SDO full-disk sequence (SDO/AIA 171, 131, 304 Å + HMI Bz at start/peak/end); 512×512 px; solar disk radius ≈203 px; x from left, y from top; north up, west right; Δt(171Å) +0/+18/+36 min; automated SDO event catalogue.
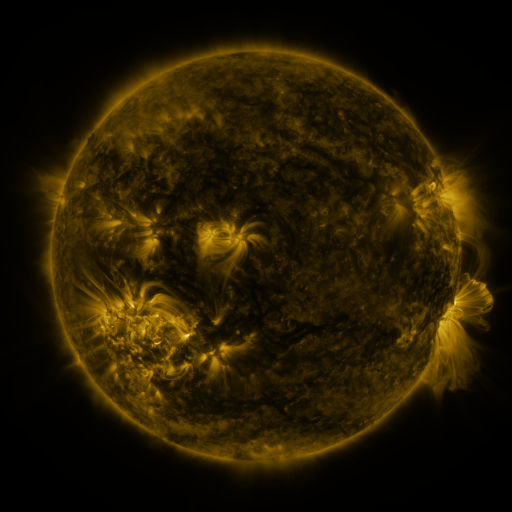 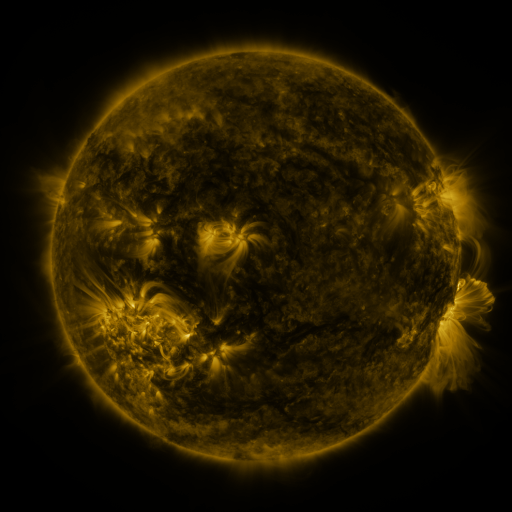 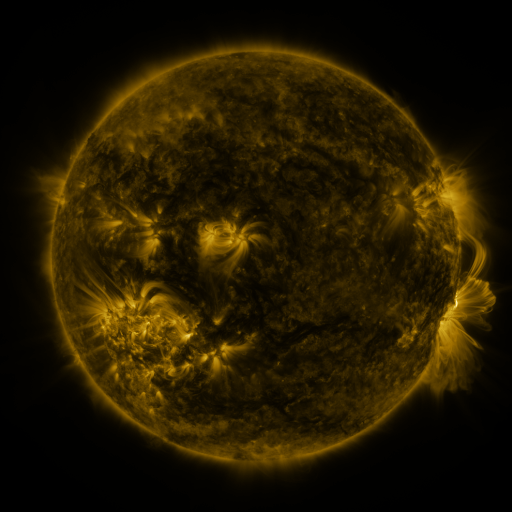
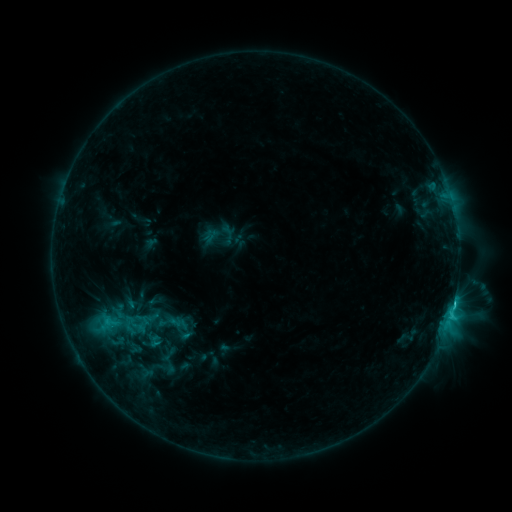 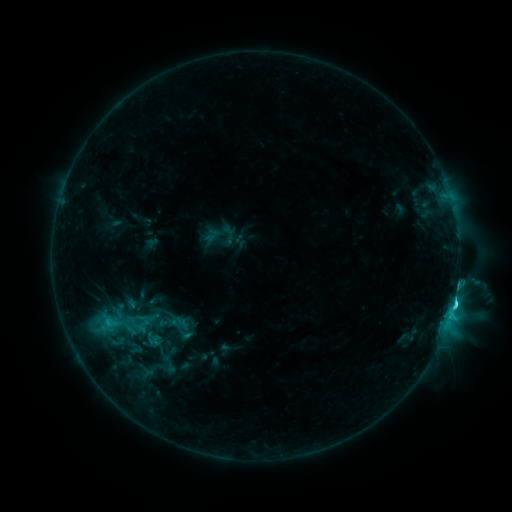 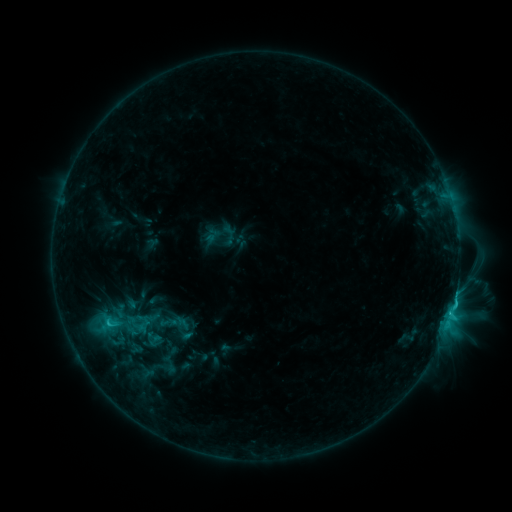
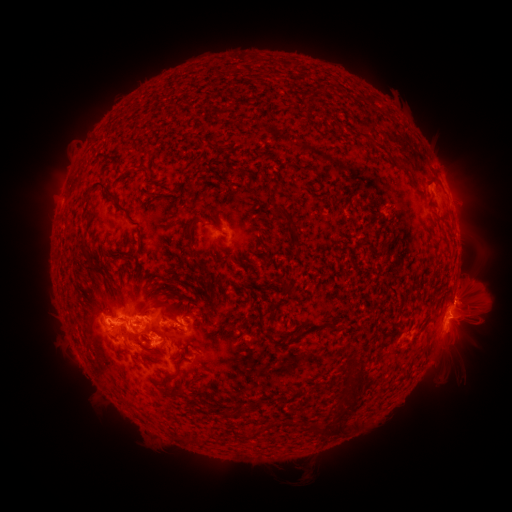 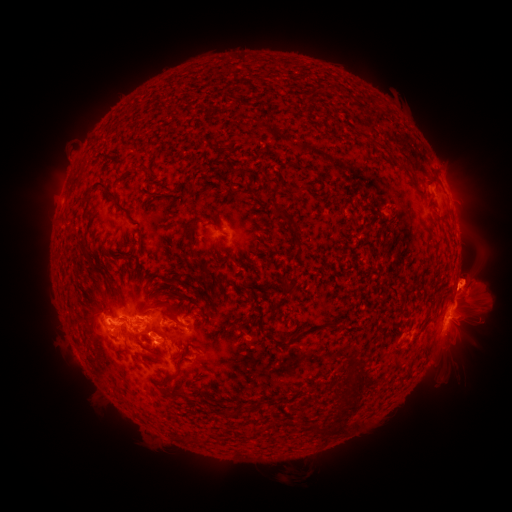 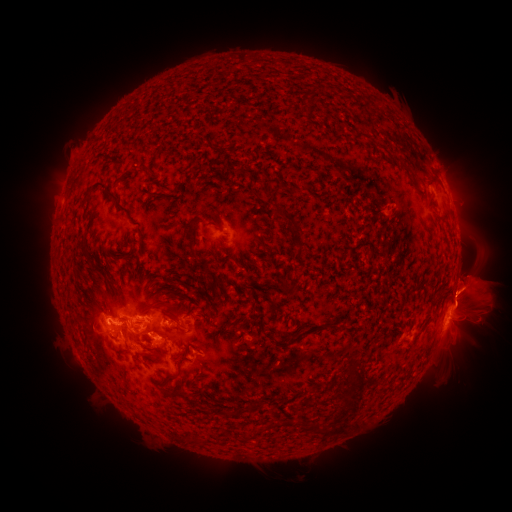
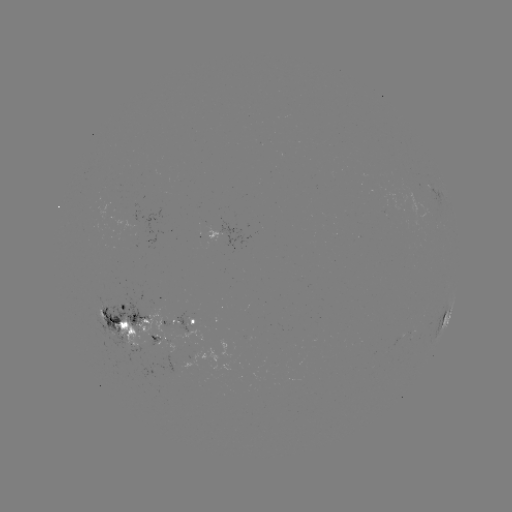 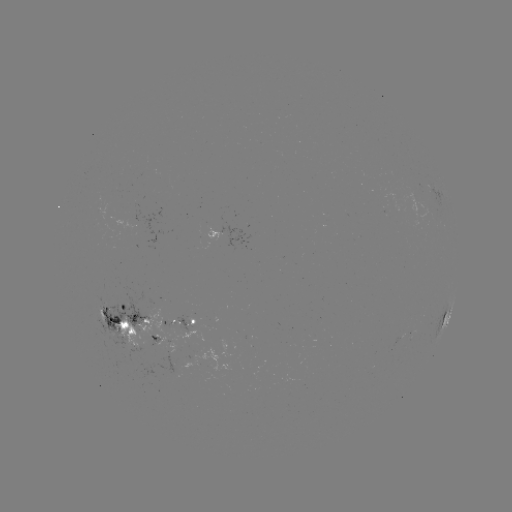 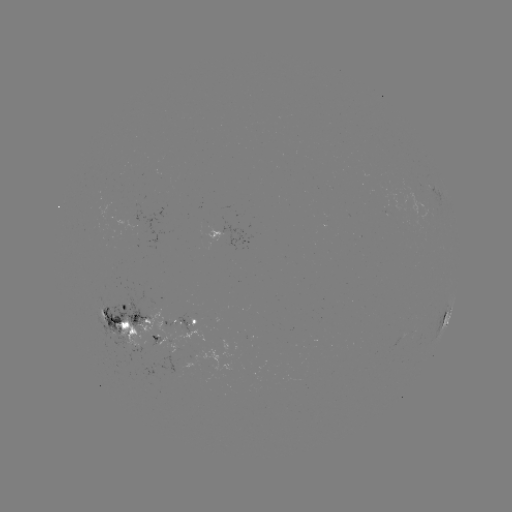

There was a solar eruption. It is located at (471, 283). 